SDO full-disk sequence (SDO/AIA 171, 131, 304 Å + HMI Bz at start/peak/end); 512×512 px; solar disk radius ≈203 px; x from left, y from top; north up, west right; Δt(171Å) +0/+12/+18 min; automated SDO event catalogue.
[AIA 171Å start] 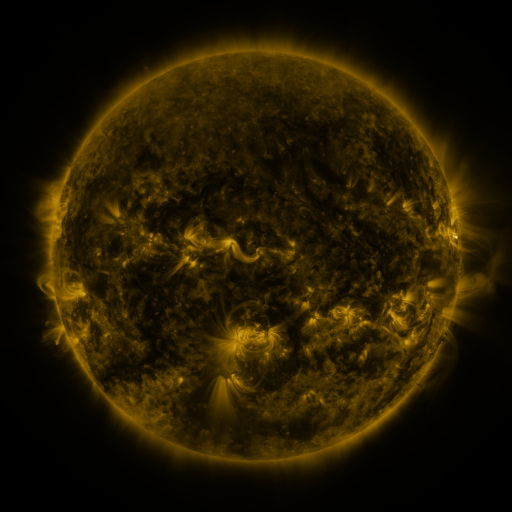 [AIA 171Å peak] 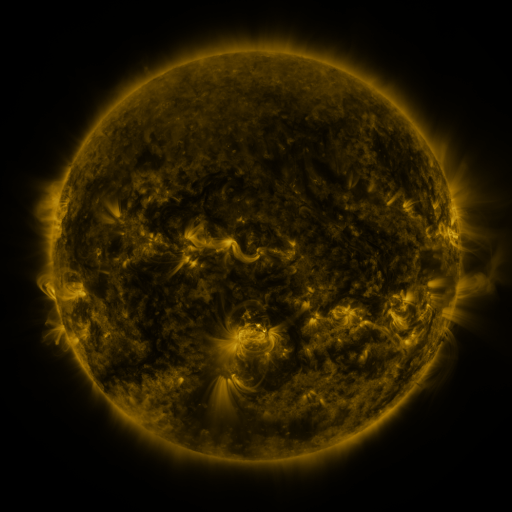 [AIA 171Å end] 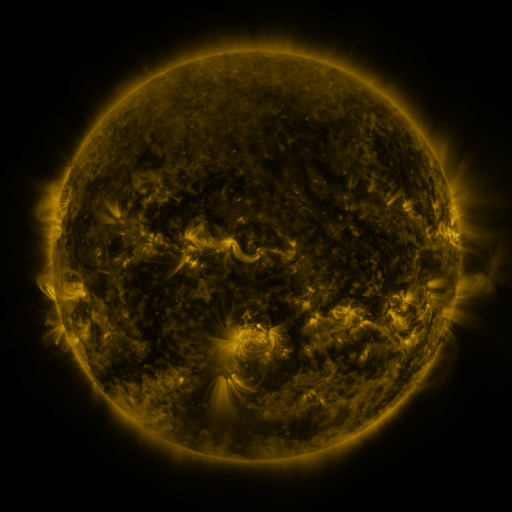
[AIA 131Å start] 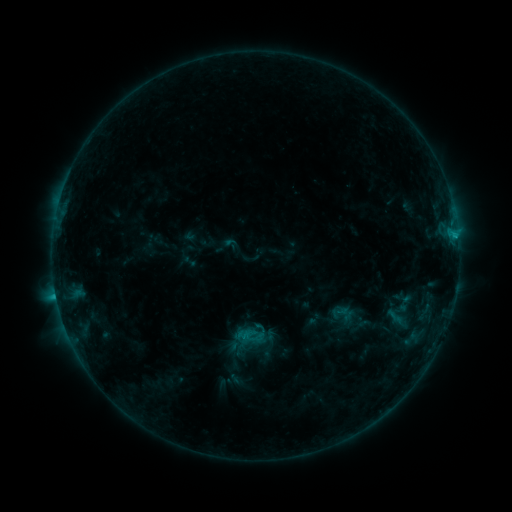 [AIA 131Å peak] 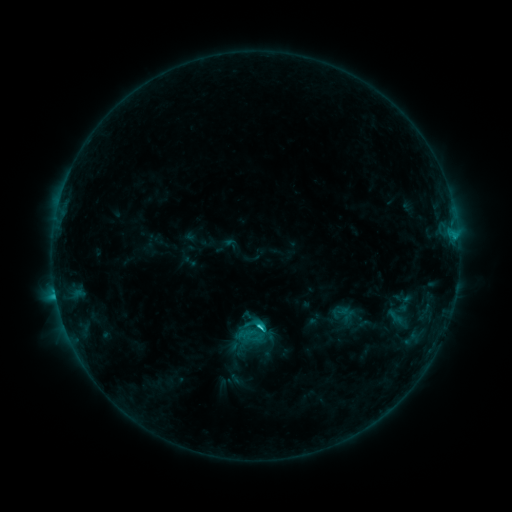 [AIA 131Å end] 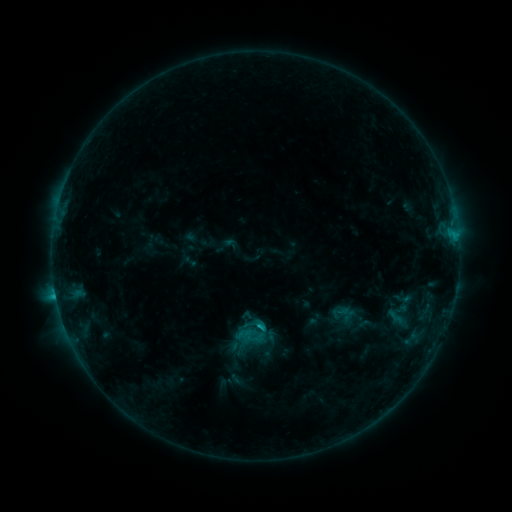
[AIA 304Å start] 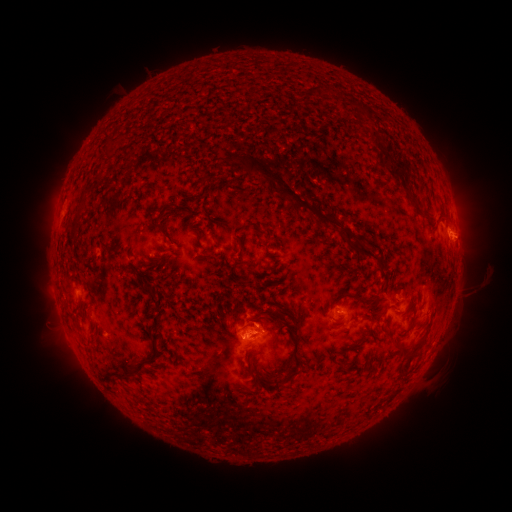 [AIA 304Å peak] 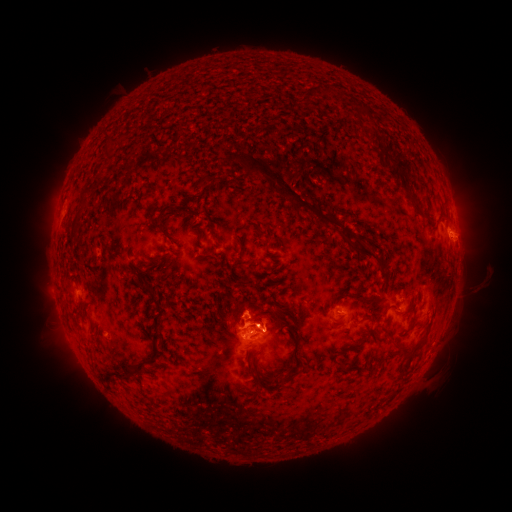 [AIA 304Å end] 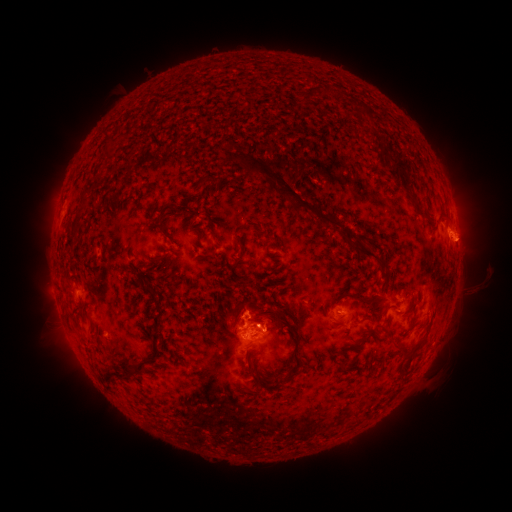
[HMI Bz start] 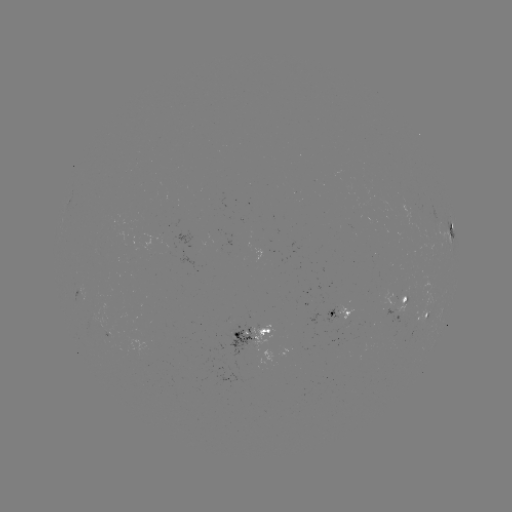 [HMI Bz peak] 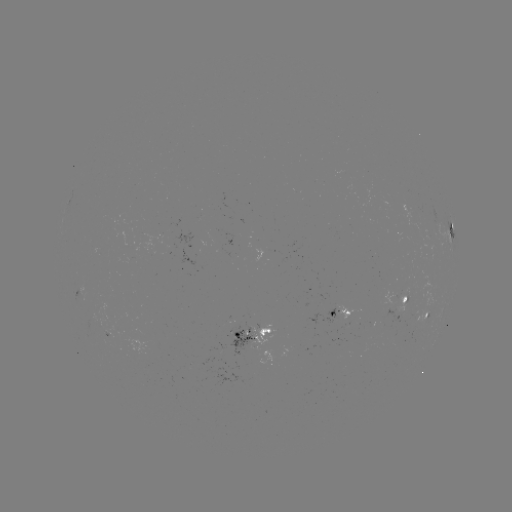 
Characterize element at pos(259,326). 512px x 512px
C2.6 flare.